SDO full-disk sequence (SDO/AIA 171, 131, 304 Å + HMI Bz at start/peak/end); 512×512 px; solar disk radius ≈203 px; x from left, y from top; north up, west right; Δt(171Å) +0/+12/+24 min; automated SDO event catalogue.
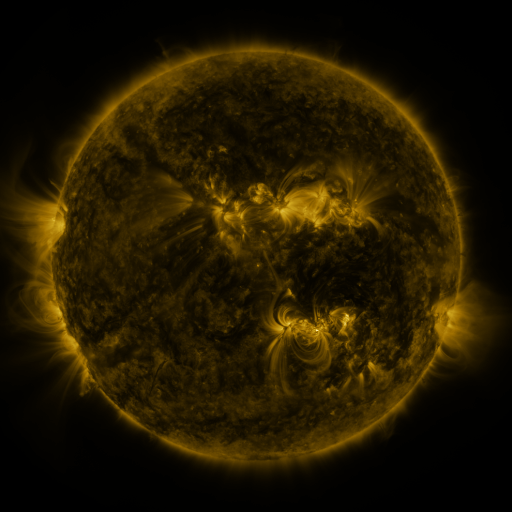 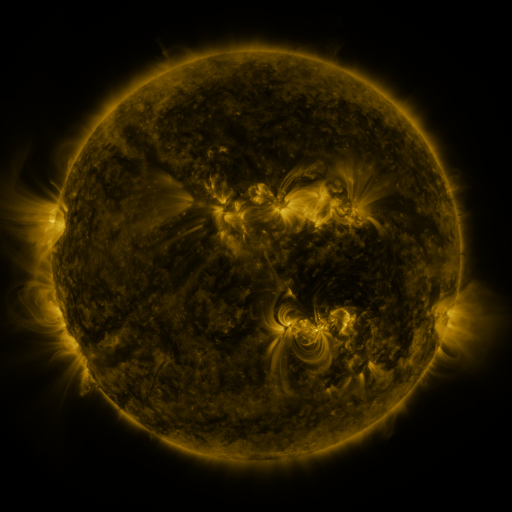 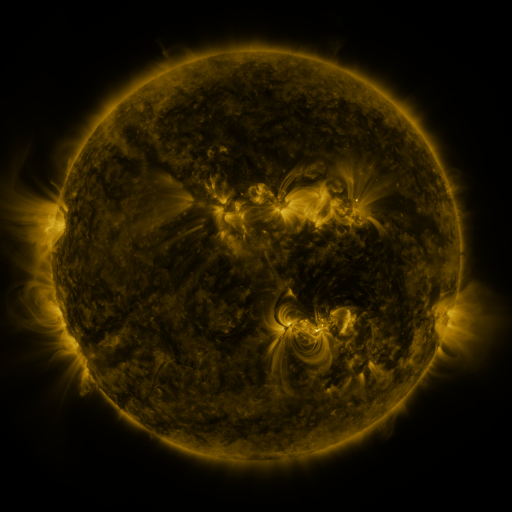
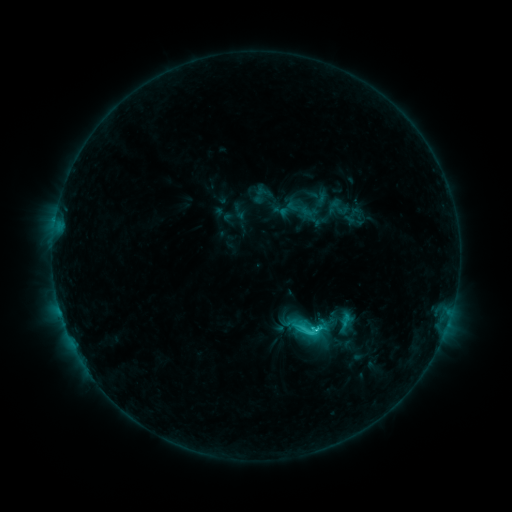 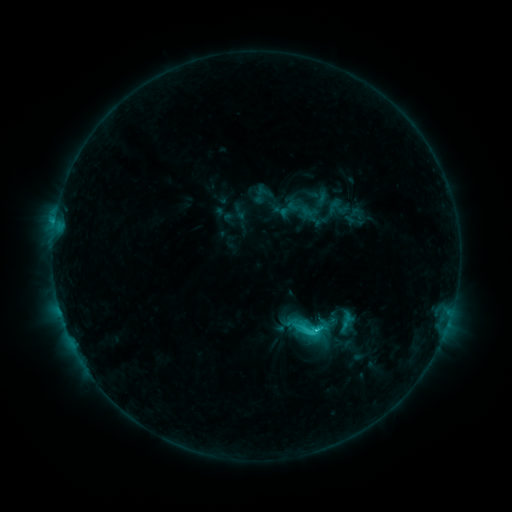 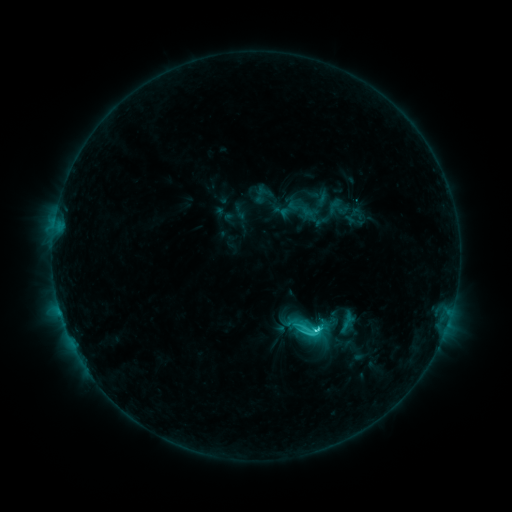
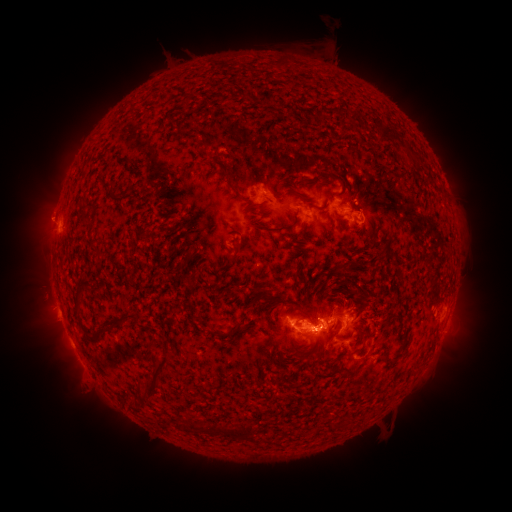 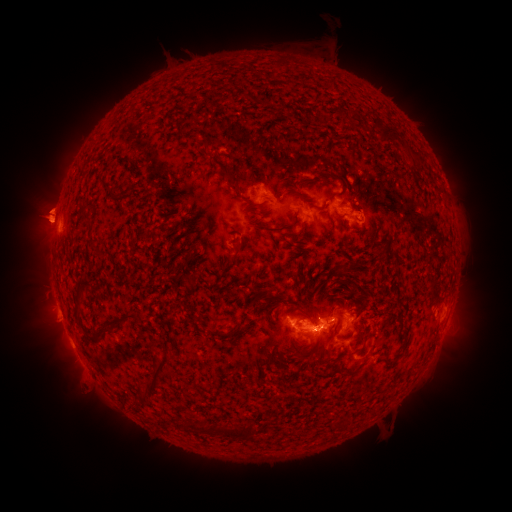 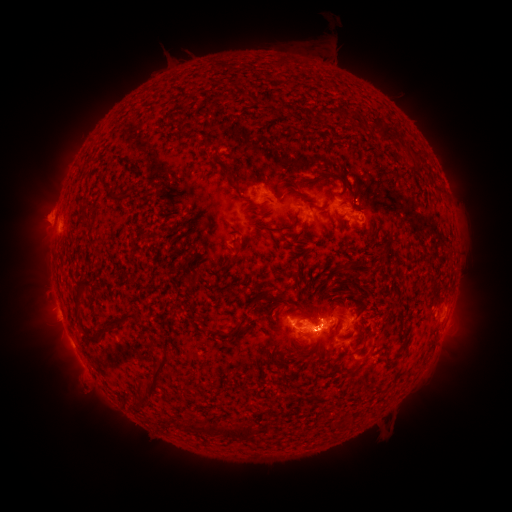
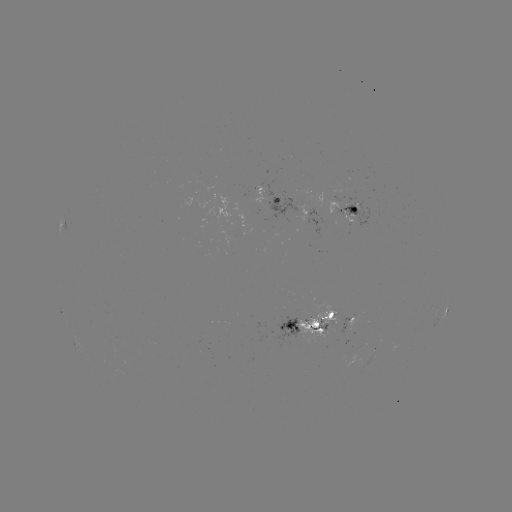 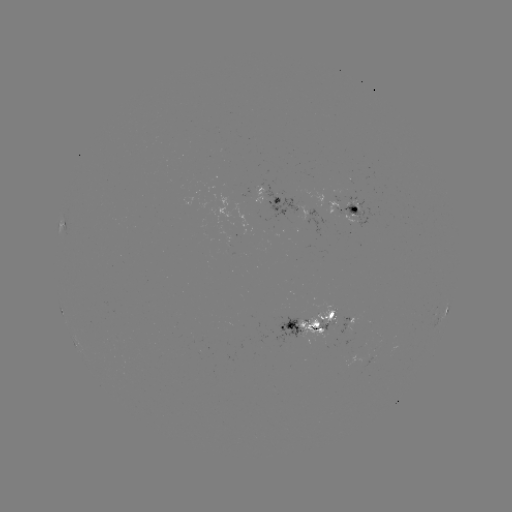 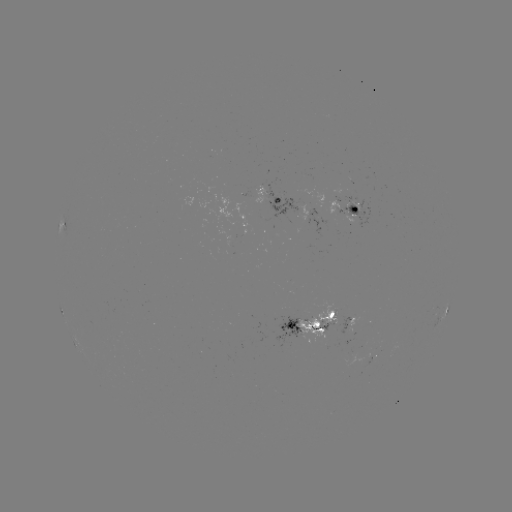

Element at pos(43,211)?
eruption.